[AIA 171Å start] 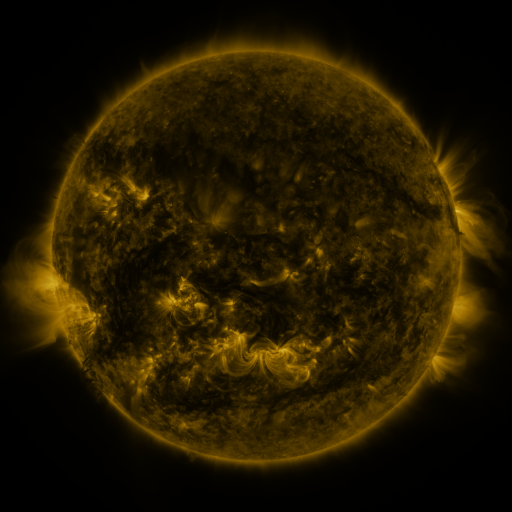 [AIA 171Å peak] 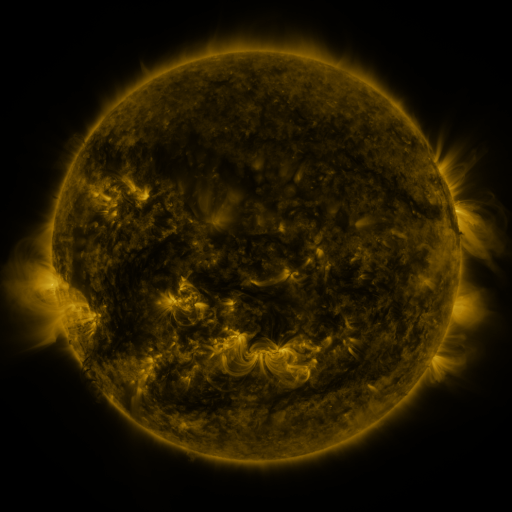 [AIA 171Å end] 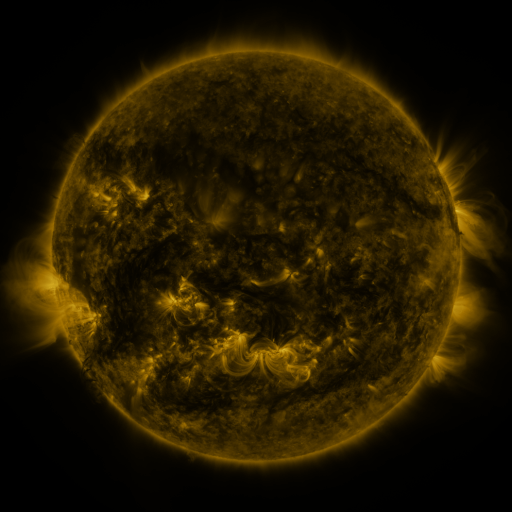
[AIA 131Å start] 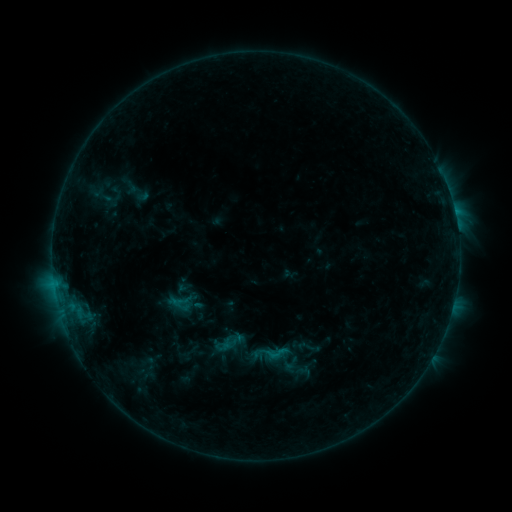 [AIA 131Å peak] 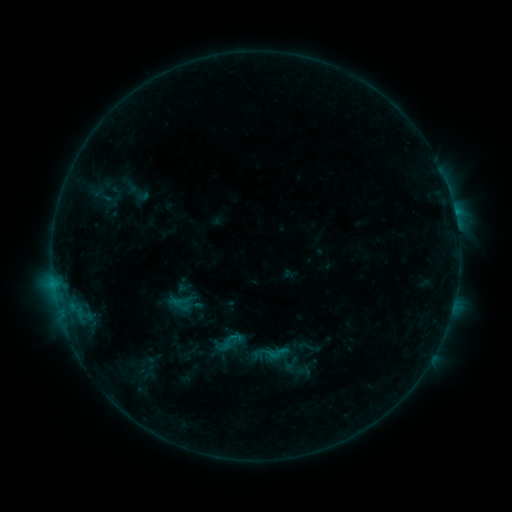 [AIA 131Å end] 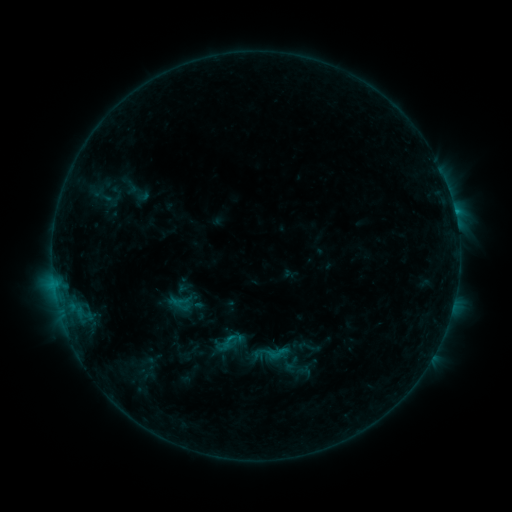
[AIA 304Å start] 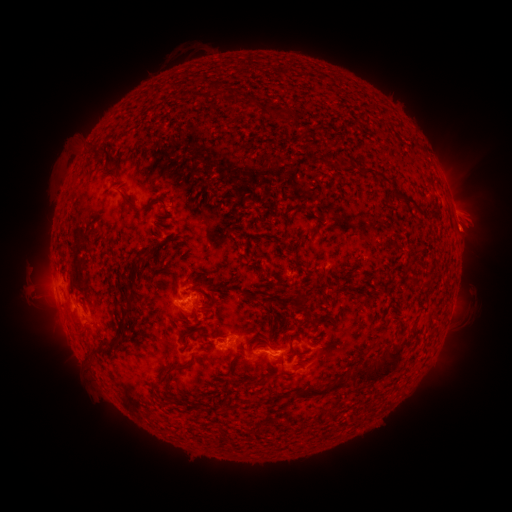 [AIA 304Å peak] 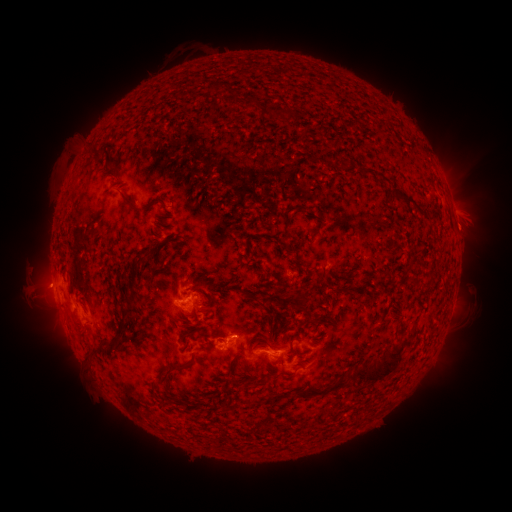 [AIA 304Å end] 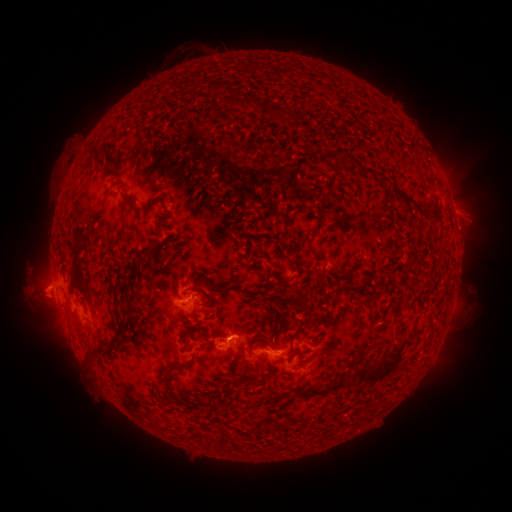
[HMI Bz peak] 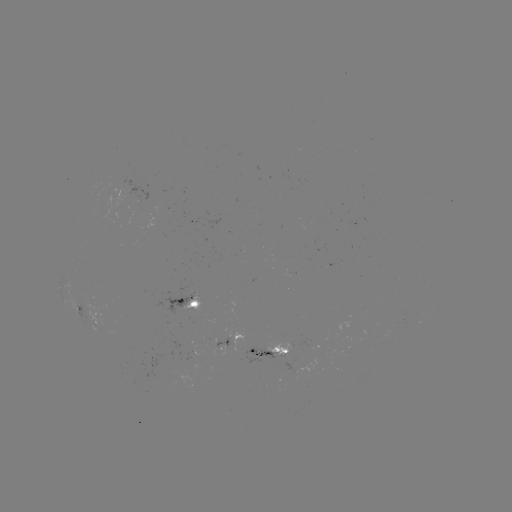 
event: eruption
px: (41, 288)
